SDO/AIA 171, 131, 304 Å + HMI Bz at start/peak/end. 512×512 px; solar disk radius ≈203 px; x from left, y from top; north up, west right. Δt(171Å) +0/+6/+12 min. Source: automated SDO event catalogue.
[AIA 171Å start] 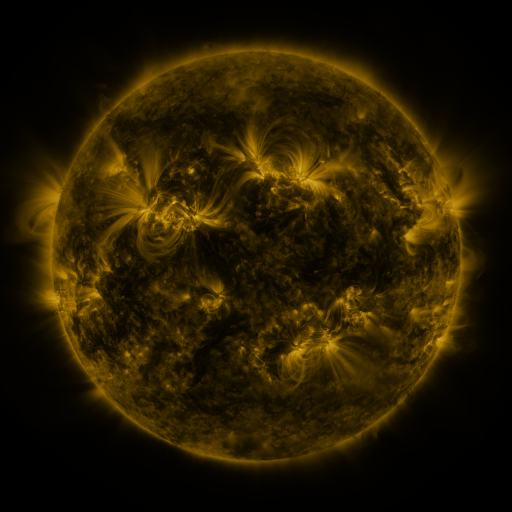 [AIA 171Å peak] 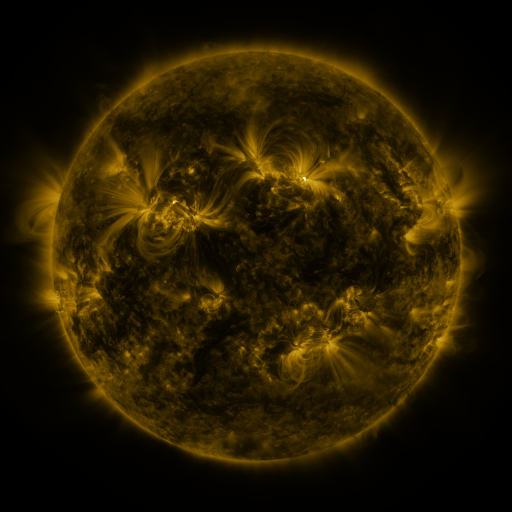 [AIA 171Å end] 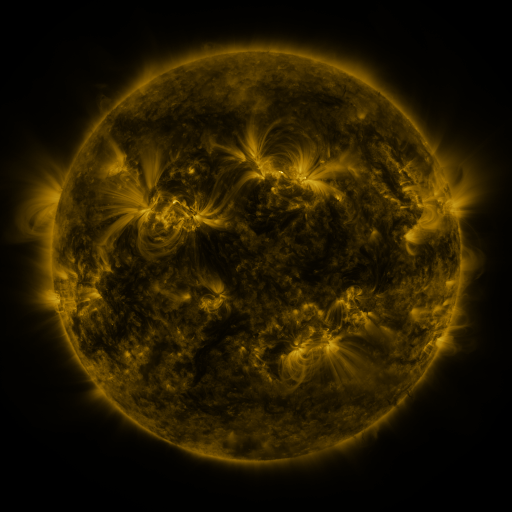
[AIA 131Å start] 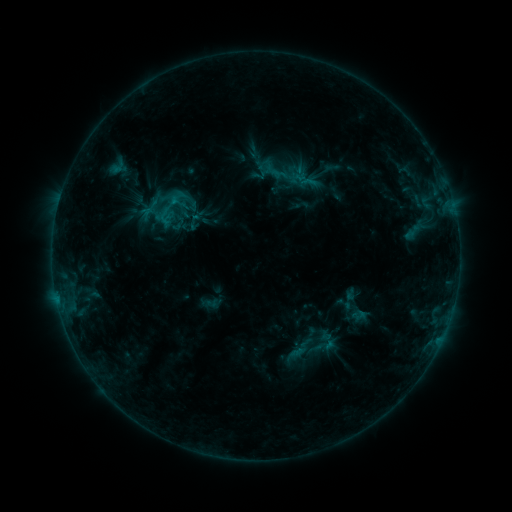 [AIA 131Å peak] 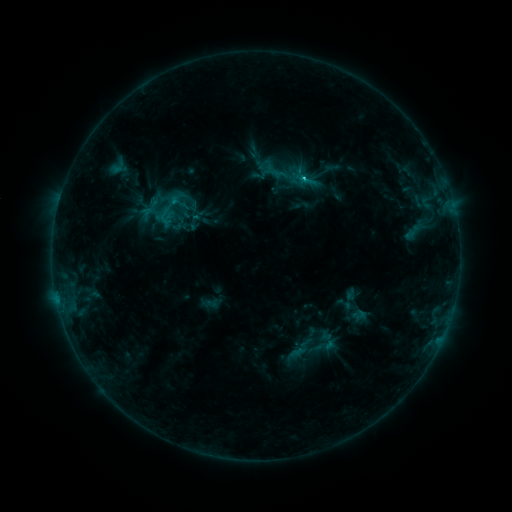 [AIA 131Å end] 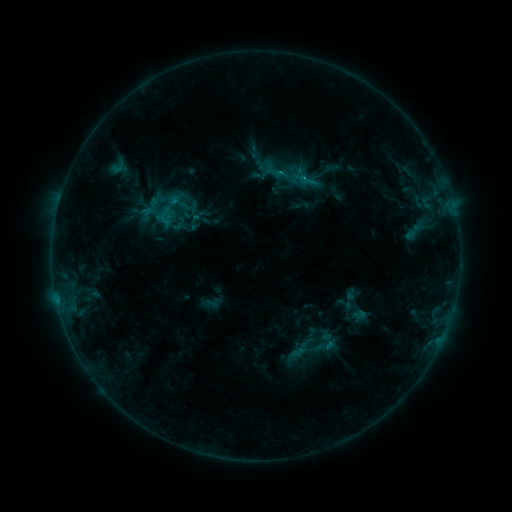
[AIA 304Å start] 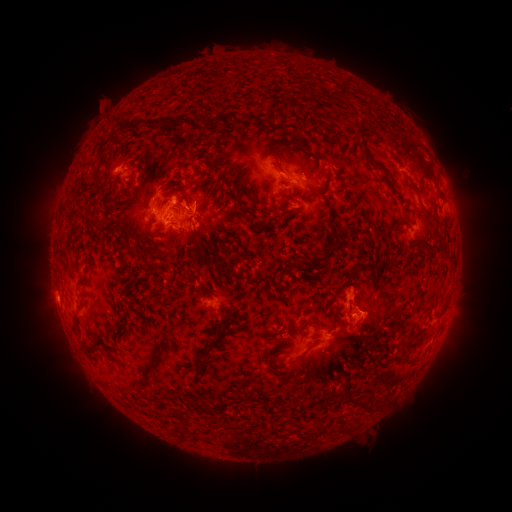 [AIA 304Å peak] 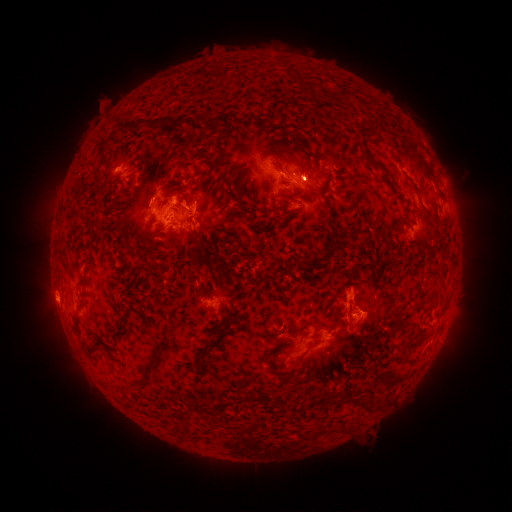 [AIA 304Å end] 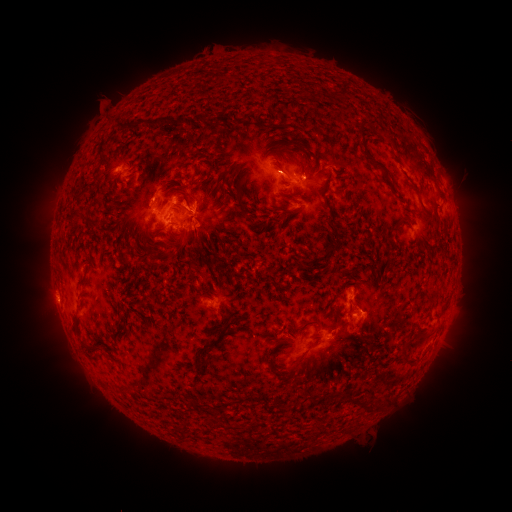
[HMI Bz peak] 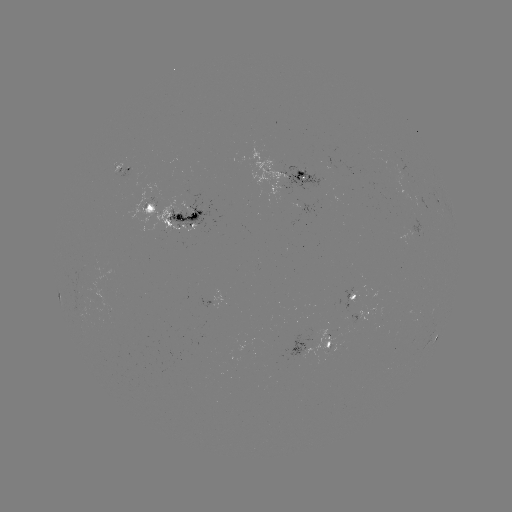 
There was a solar flare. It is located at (303, 182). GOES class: C1.5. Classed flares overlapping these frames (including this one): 1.